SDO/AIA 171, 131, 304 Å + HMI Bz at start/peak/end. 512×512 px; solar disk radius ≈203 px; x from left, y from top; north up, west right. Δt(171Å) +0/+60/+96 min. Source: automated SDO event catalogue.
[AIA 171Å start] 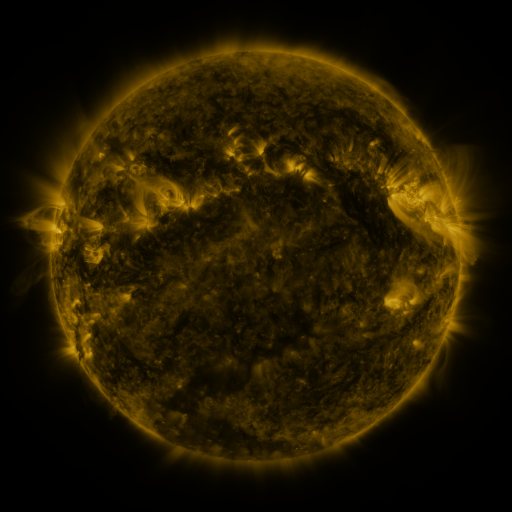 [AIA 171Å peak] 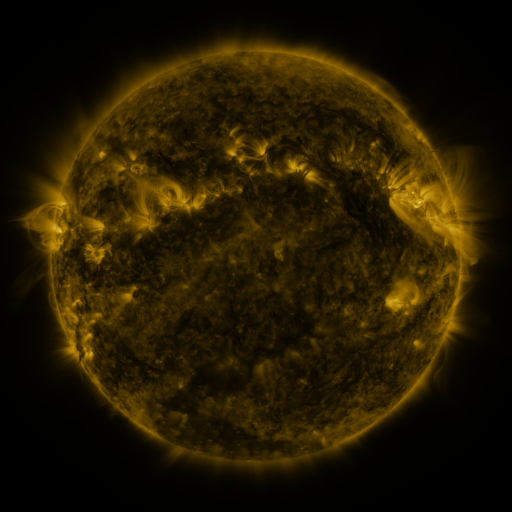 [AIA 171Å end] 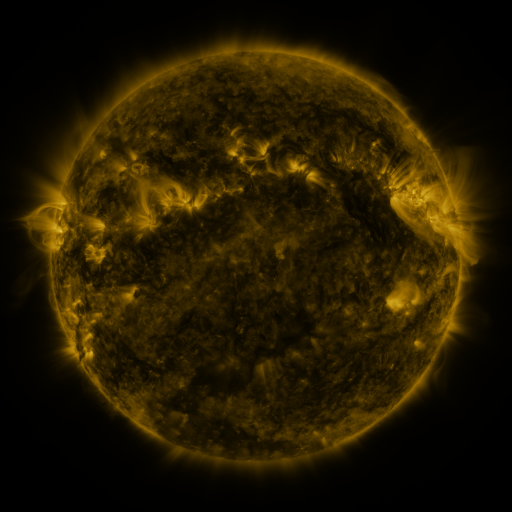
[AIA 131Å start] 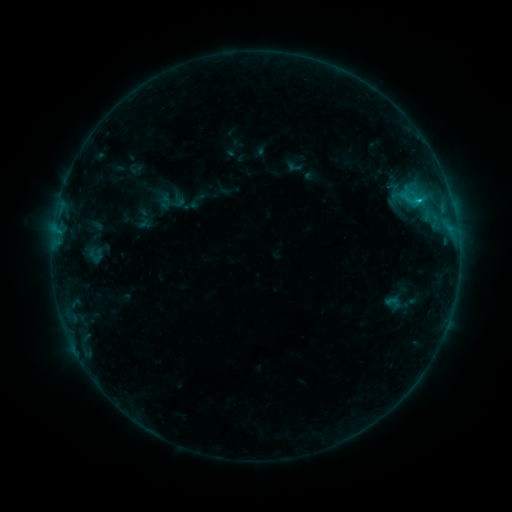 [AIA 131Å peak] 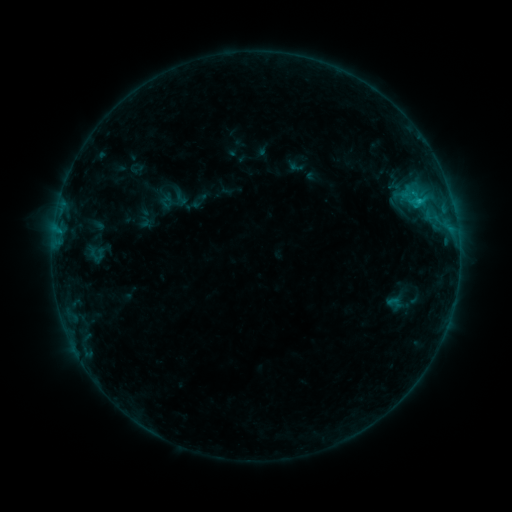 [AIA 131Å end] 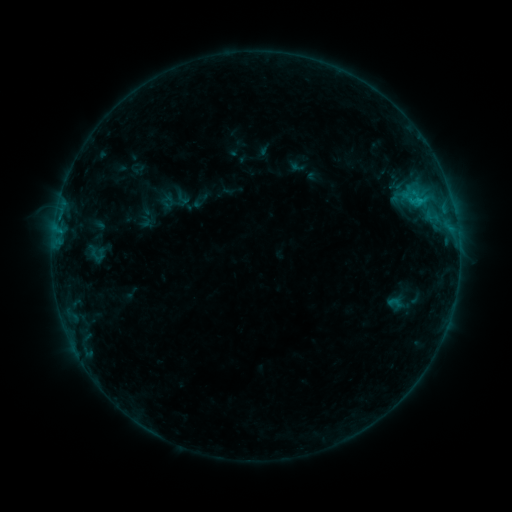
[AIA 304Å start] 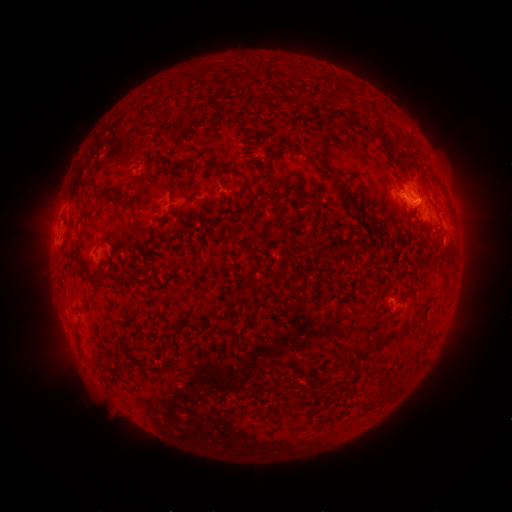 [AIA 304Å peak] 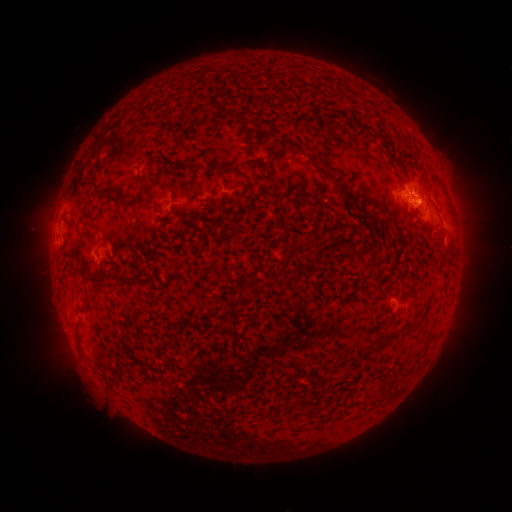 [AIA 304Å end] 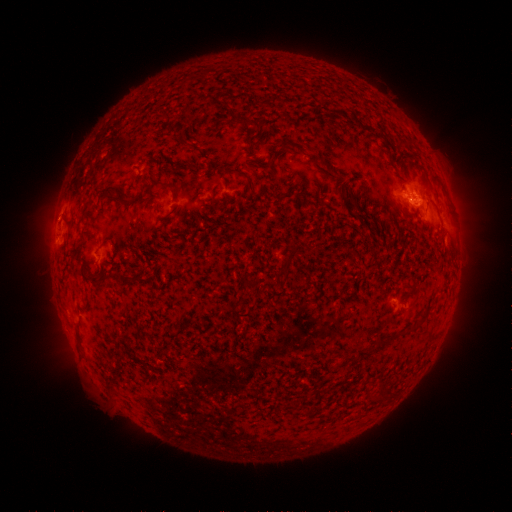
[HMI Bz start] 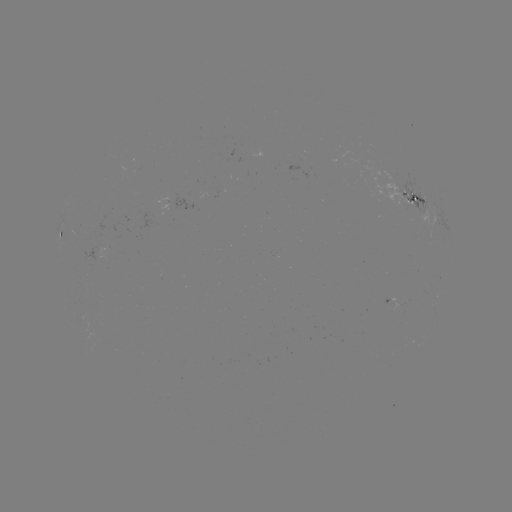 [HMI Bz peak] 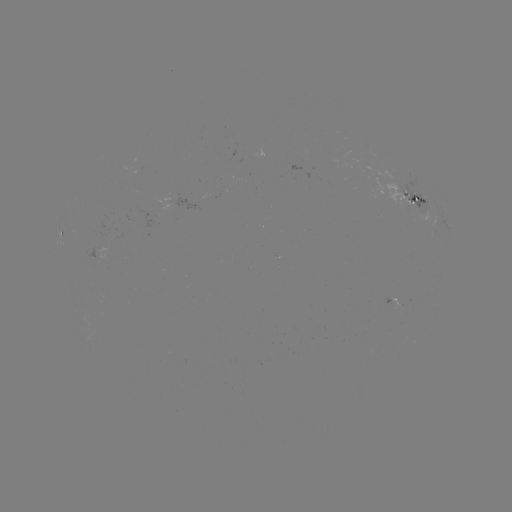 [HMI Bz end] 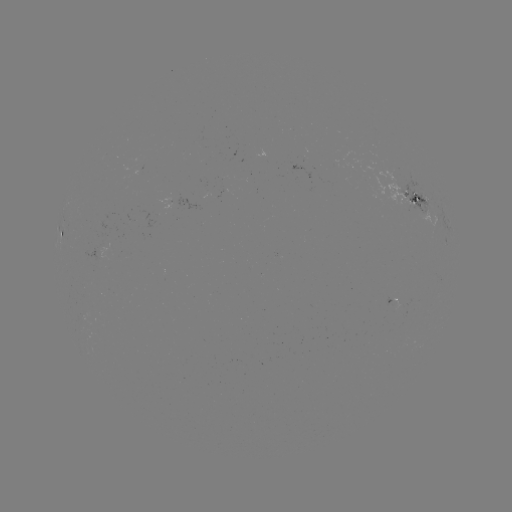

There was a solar emerging-flux region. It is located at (403, 301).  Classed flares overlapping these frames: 2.